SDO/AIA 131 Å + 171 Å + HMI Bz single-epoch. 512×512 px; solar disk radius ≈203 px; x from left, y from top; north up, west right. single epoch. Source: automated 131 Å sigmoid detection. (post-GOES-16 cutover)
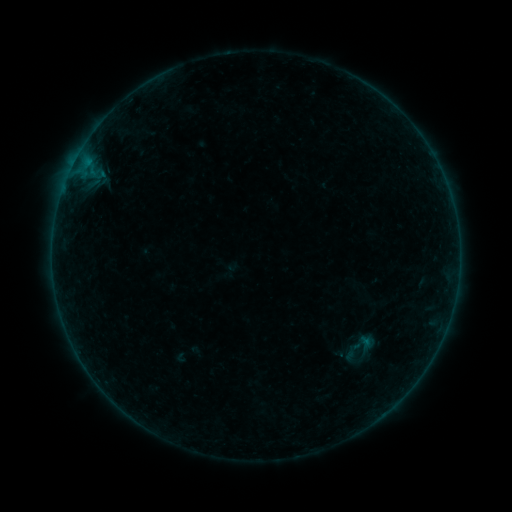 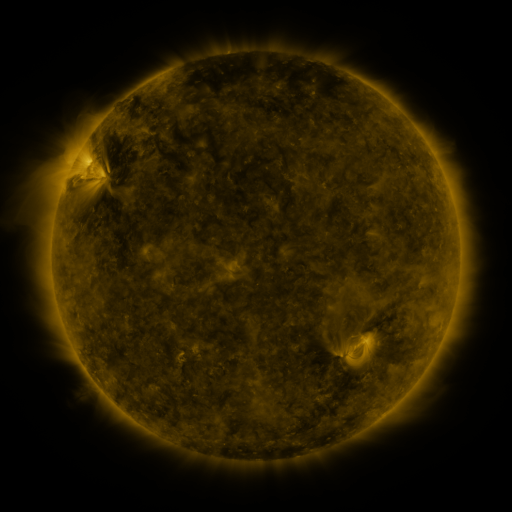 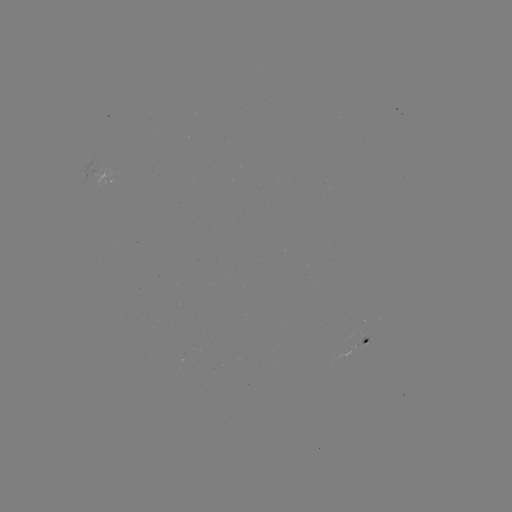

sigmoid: <bbox>345, 341, 363, 359</bbox>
